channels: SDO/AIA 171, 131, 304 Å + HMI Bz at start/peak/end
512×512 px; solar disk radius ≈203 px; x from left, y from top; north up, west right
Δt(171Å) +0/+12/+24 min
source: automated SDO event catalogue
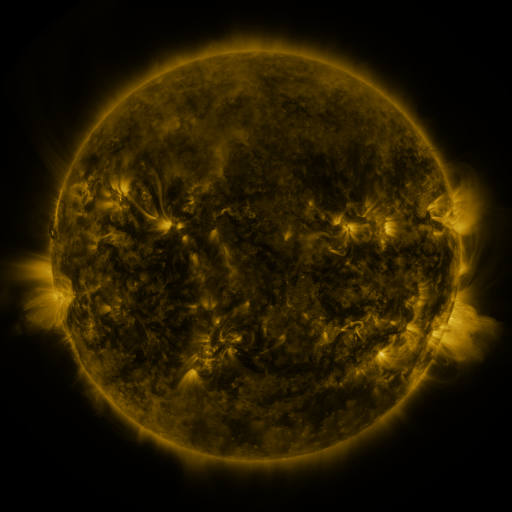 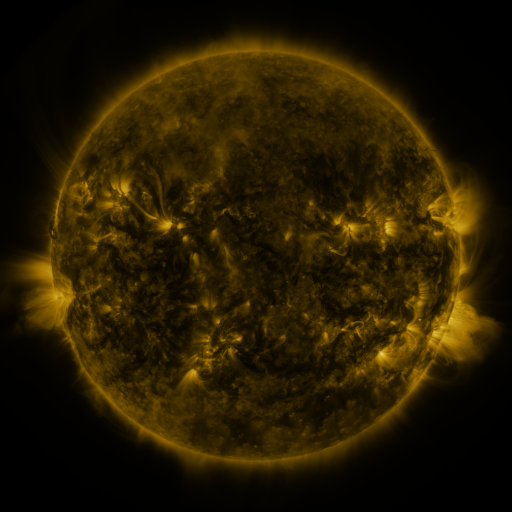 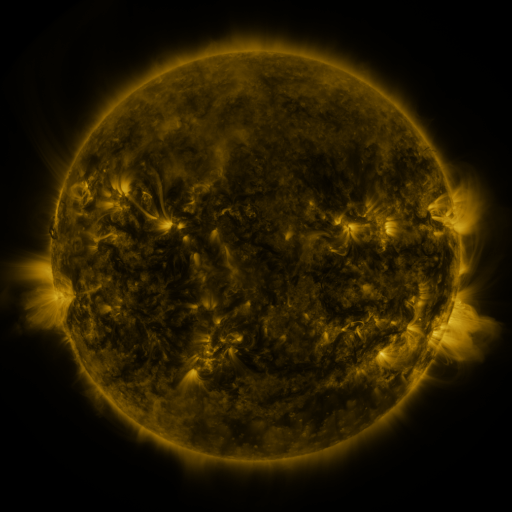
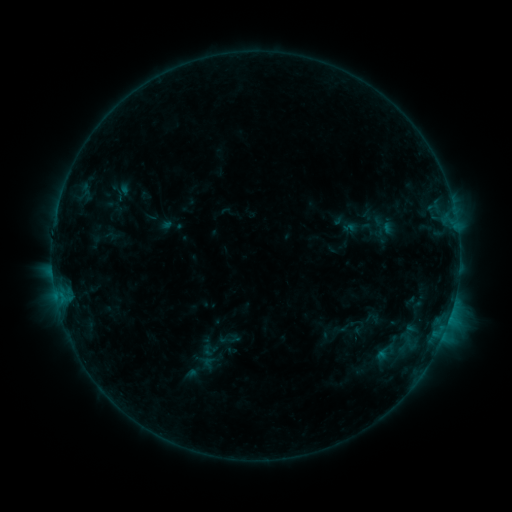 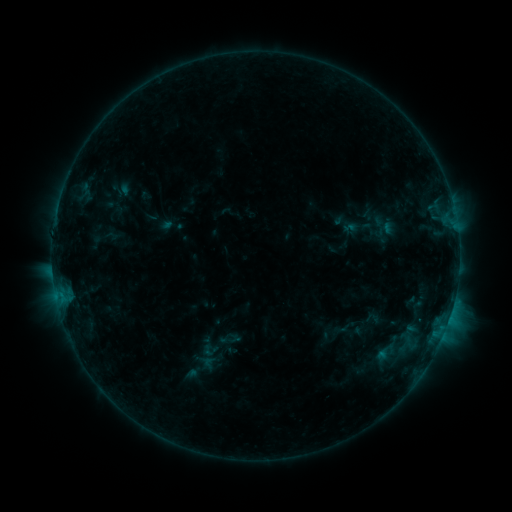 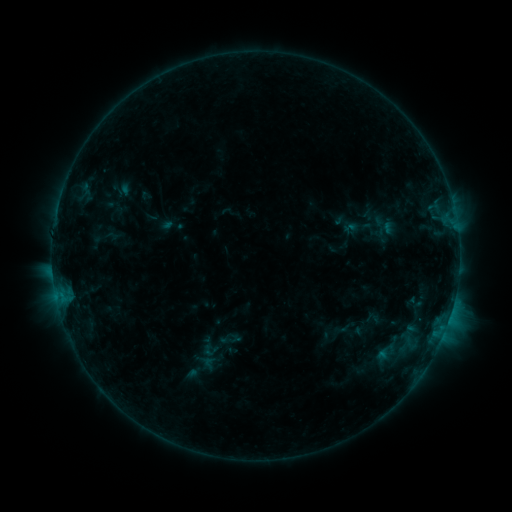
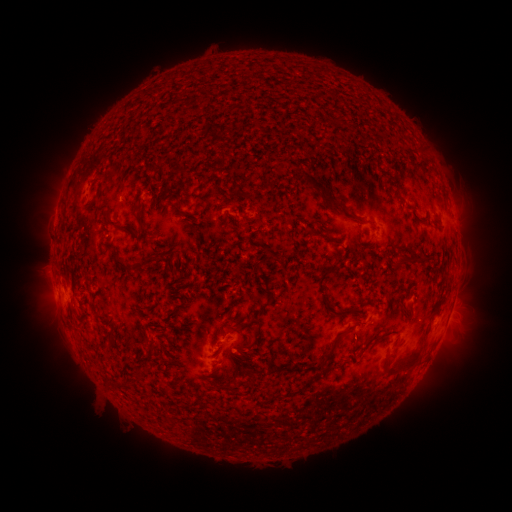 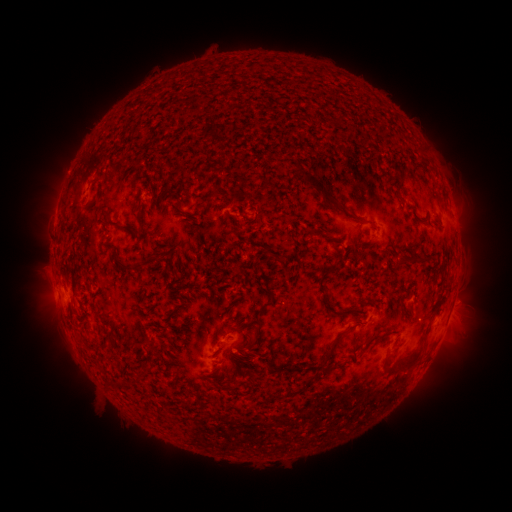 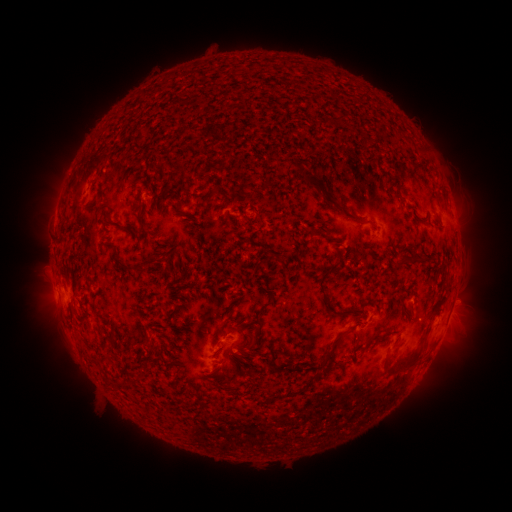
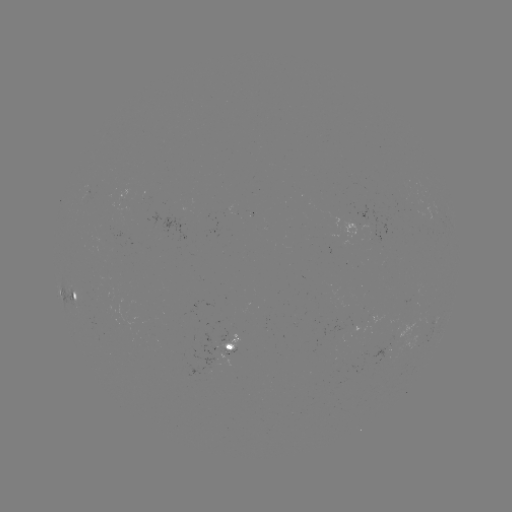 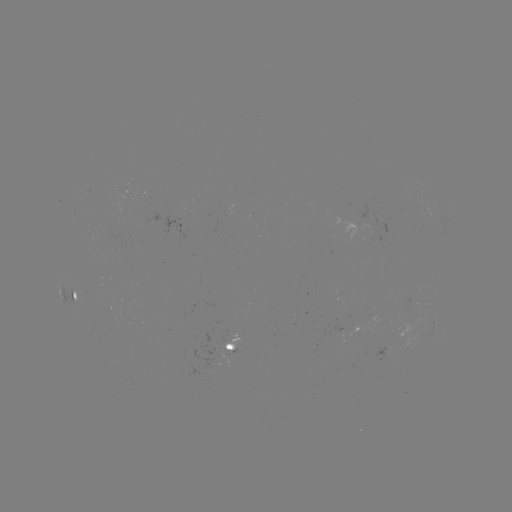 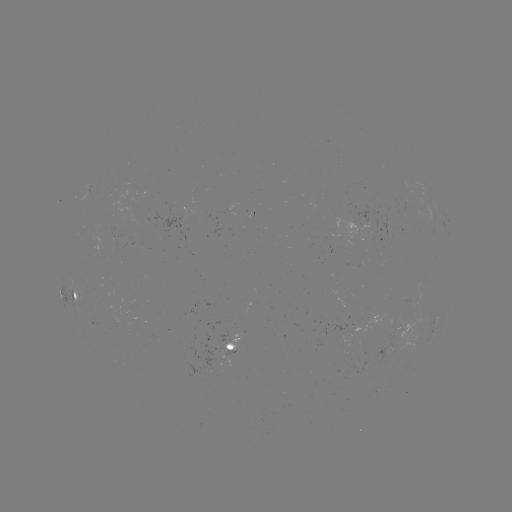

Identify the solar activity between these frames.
no flare in any classed list; no EUV-trigger detection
